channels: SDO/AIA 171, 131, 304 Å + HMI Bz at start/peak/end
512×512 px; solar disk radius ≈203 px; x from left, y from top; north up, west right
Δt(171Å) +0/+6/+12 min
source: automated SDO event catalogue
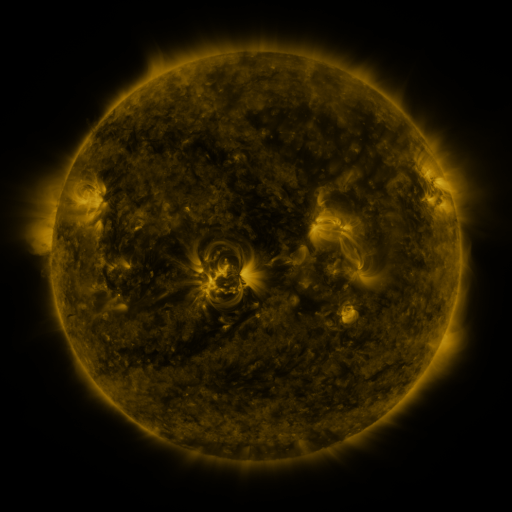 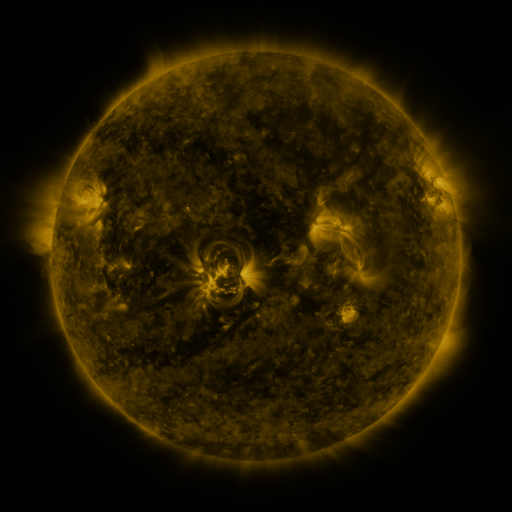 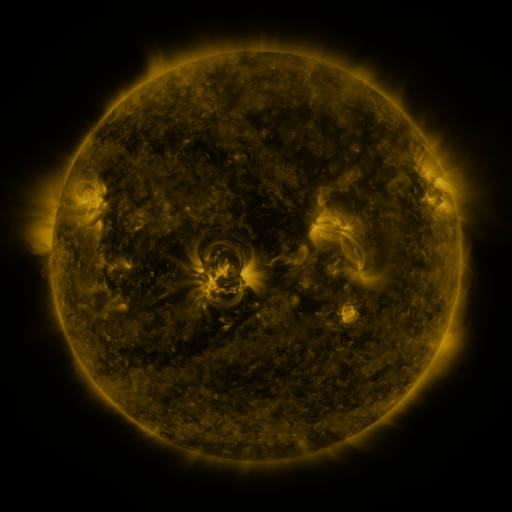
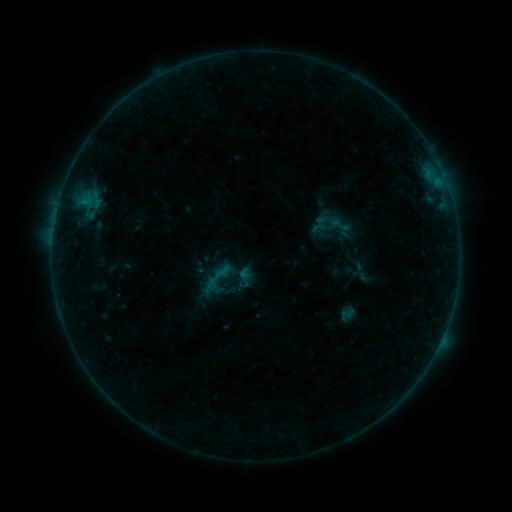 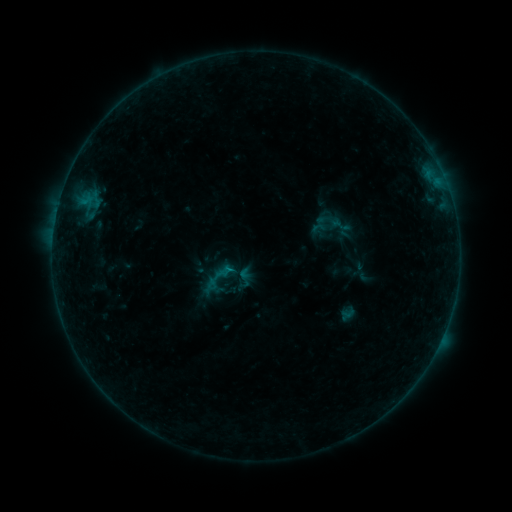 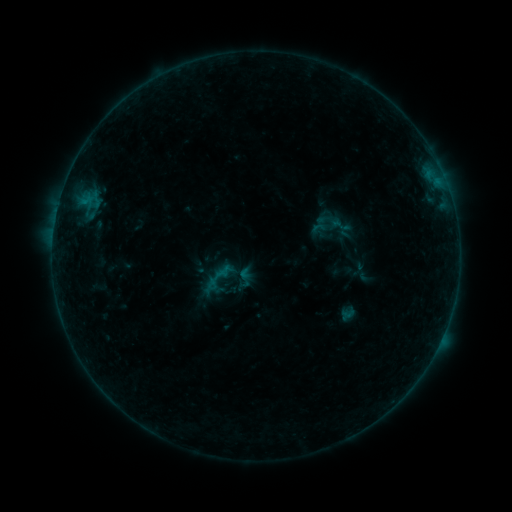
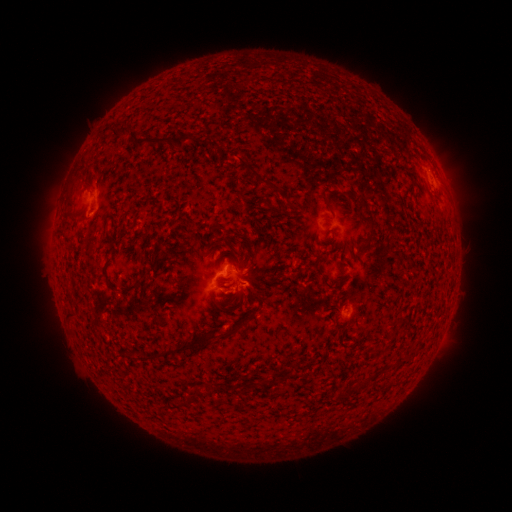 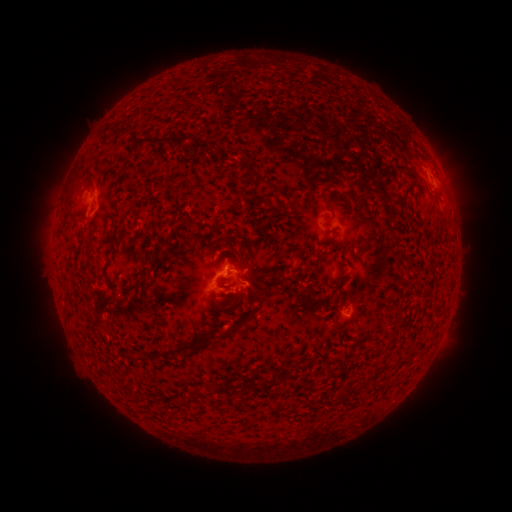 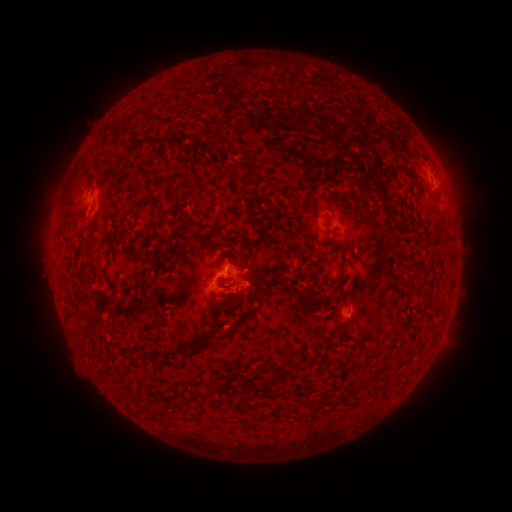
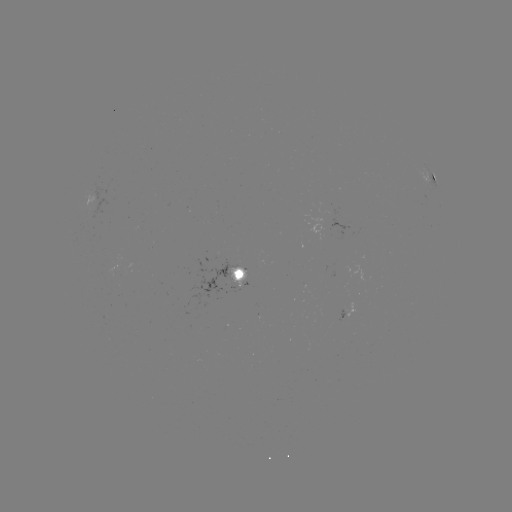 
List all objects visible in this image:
B2.6 flare: (231, 270)
